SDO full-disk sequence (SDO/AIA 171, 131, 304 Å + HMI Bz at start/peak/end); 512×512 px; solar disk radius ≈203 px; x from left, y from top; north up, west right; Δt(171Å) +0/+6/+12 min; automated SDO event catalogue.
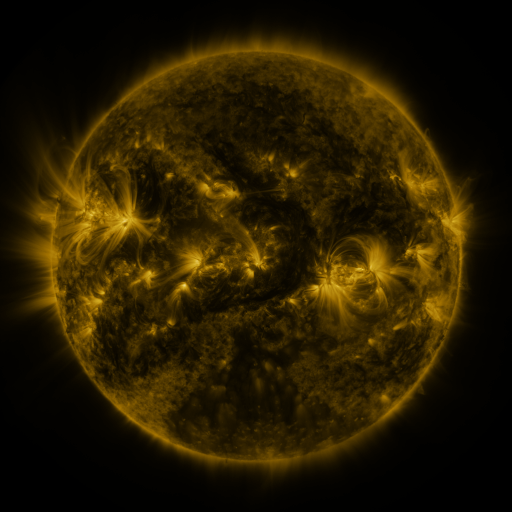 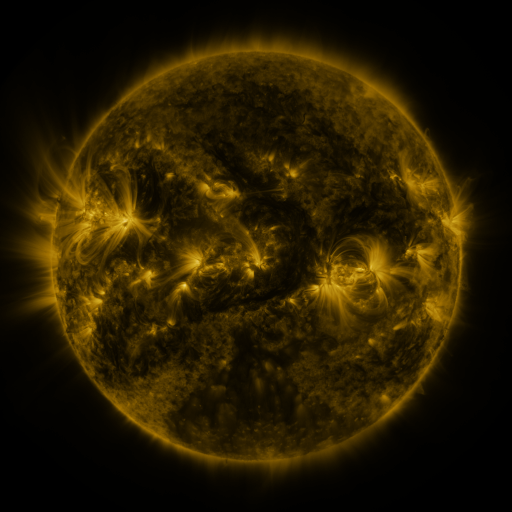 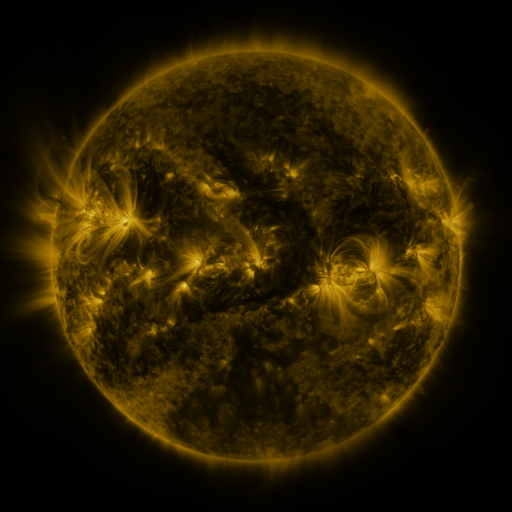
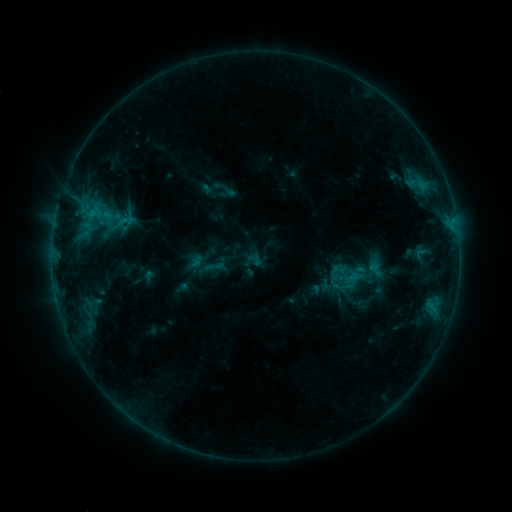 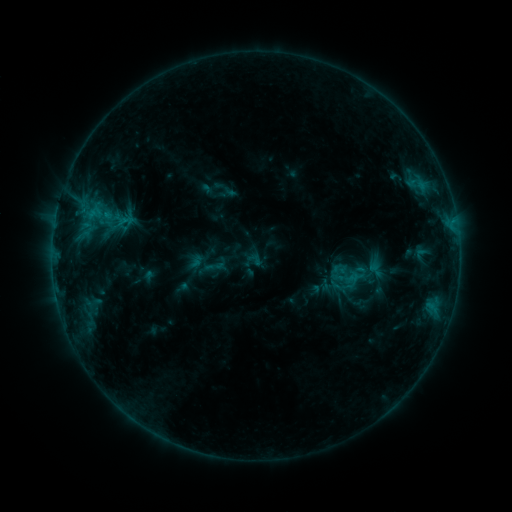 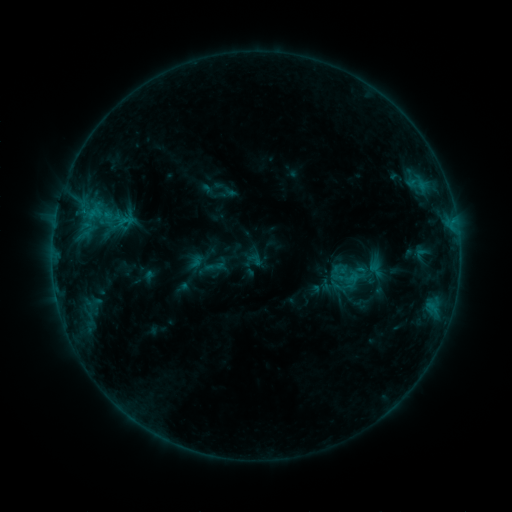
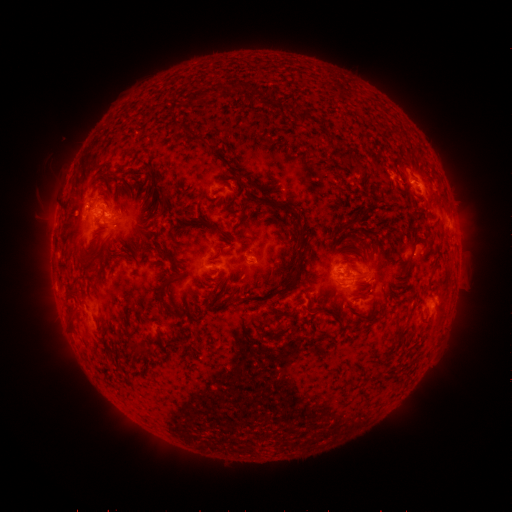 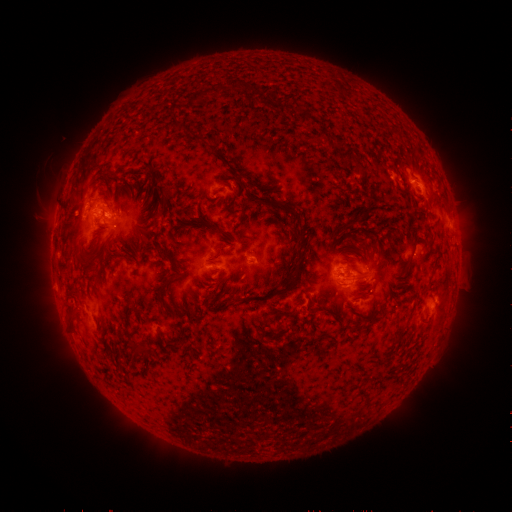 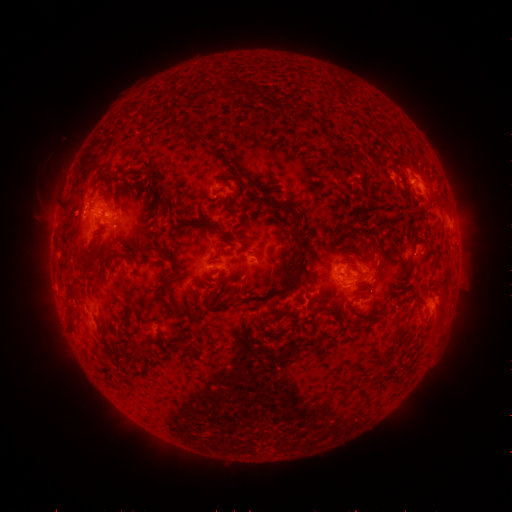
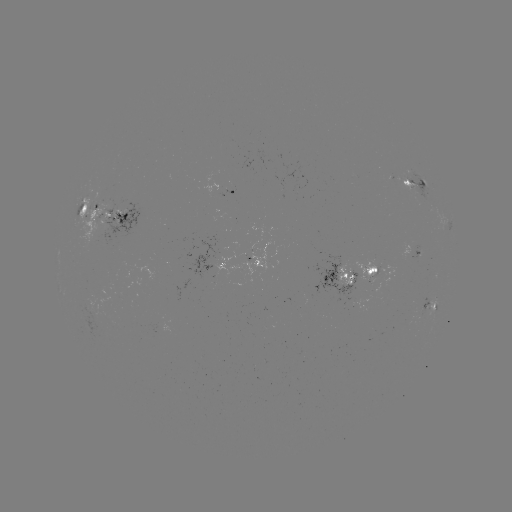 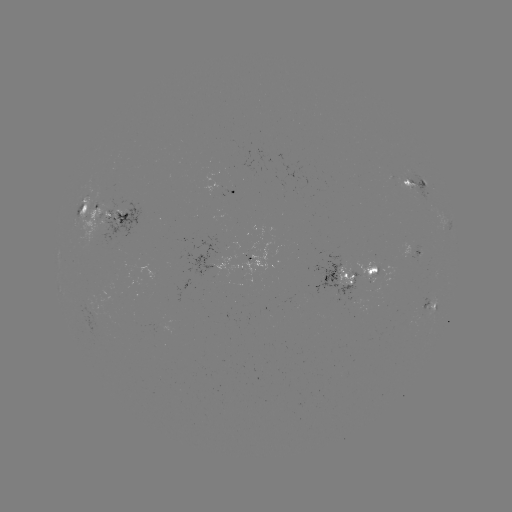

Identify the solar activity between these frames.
no catalogued flare and no flagged EUV brightening in this window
